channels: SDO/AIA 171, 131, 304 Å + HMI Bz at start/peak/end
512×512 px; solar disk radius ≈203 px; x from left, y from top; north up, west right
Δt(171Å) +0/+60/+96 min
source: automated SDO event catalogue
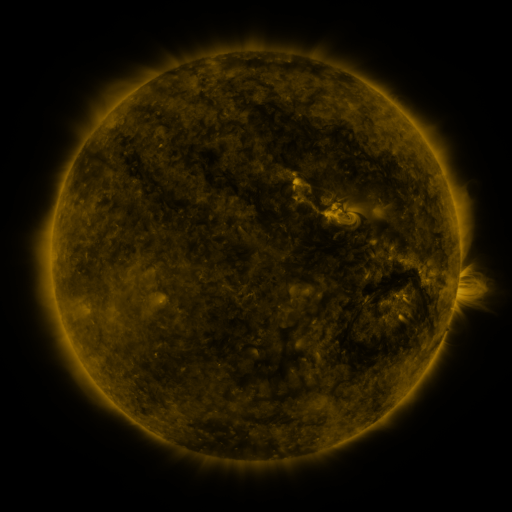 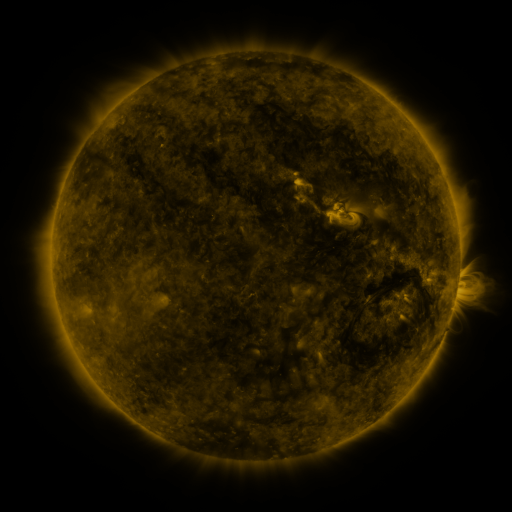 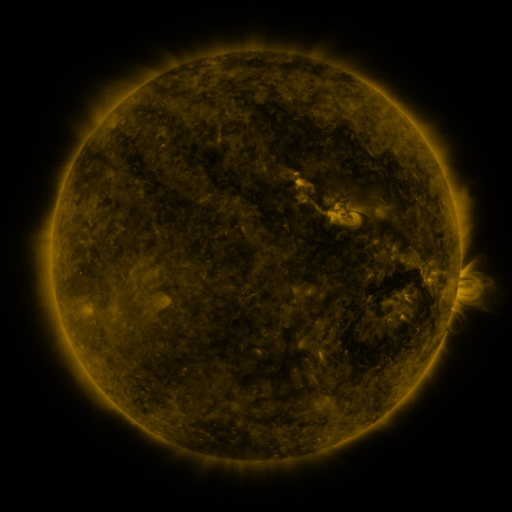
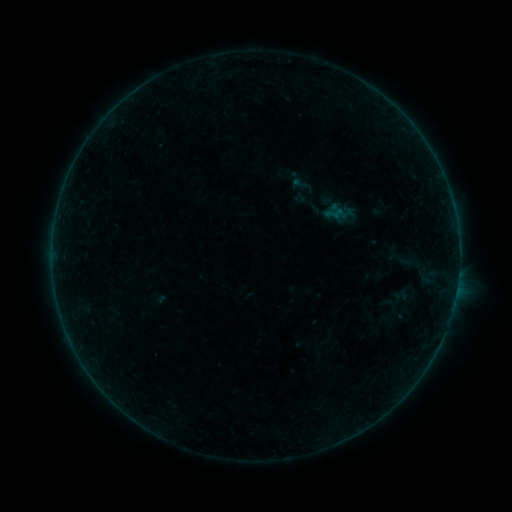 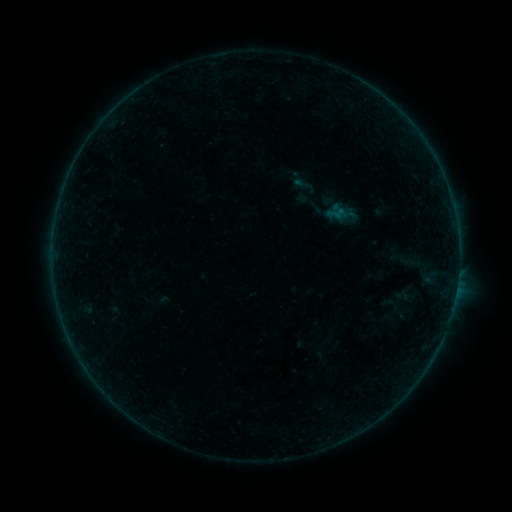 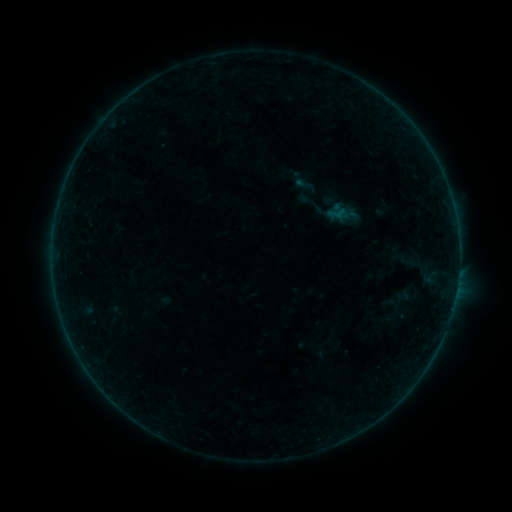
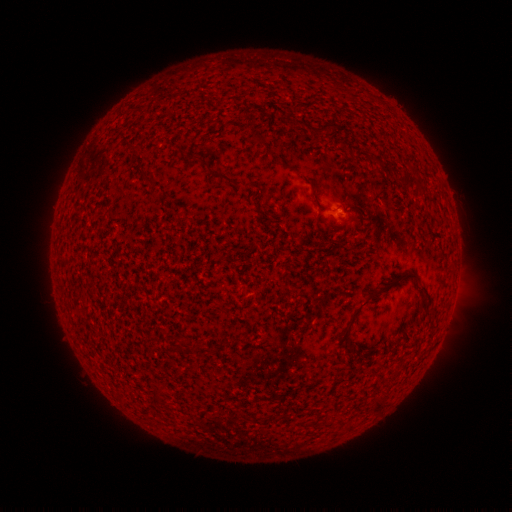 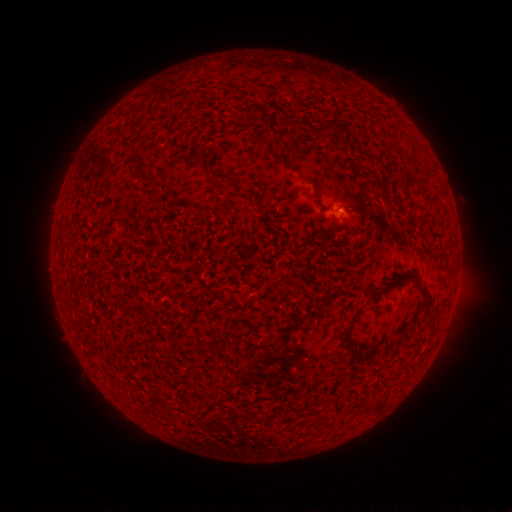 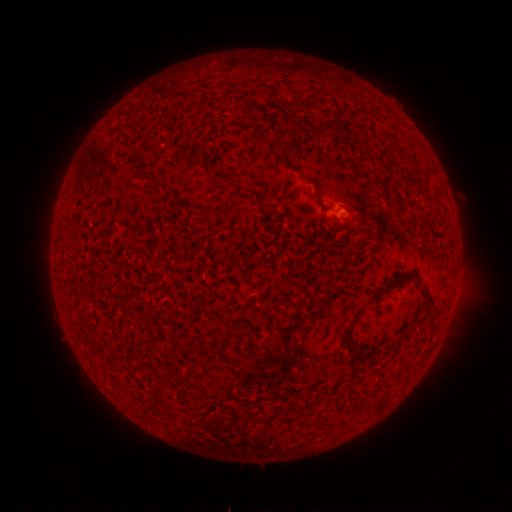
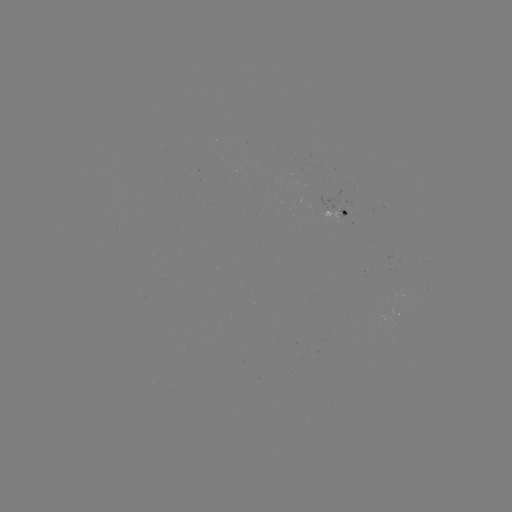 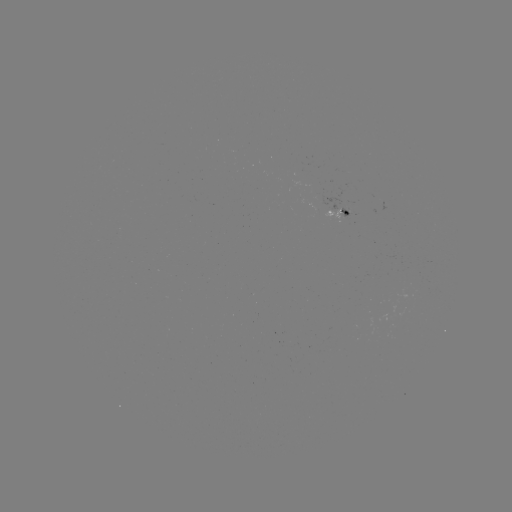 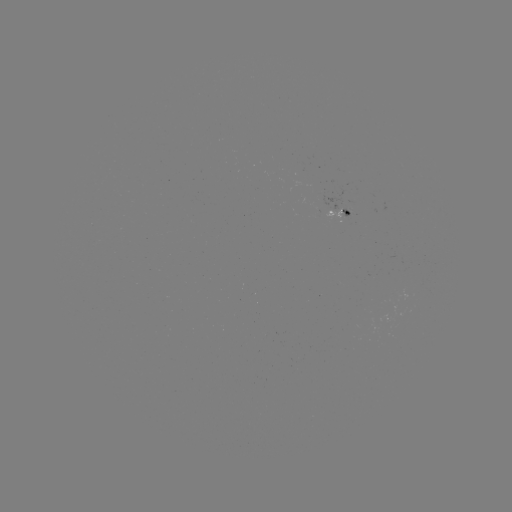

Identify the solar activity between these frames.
emerging-flux region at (333, 213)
